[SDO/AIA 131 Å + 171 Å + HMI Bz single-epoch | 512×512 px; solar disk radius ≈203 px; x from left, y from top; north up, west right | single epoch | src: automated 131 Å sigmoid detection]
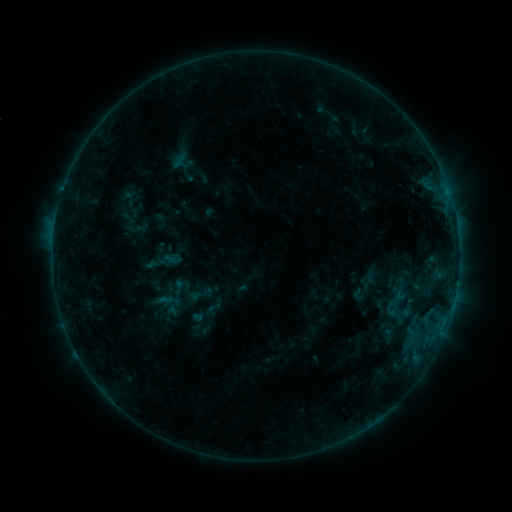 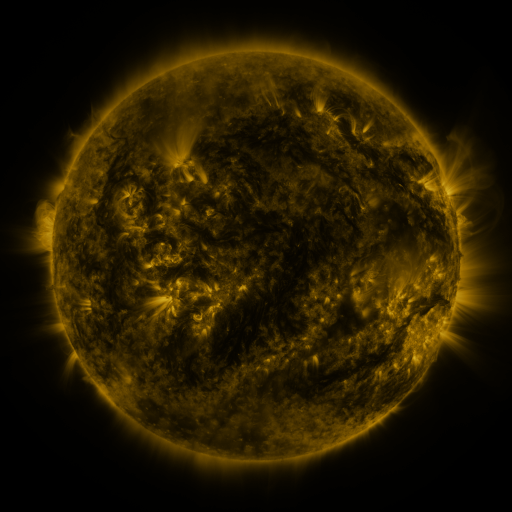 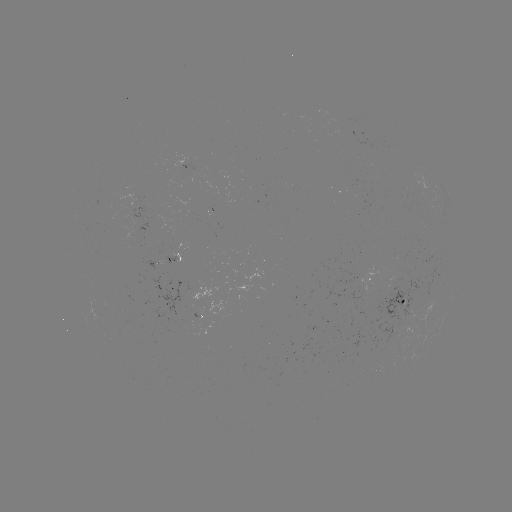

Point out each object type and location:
sigmoid: (201, 294)
sigmoid: (393, 311)
